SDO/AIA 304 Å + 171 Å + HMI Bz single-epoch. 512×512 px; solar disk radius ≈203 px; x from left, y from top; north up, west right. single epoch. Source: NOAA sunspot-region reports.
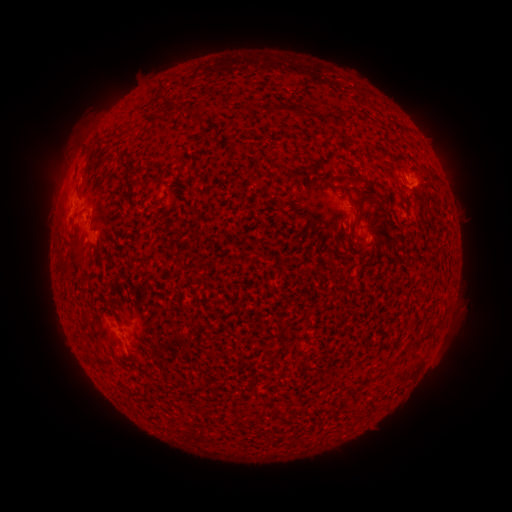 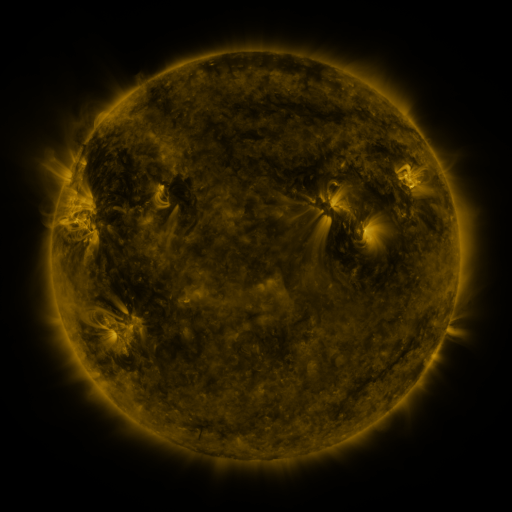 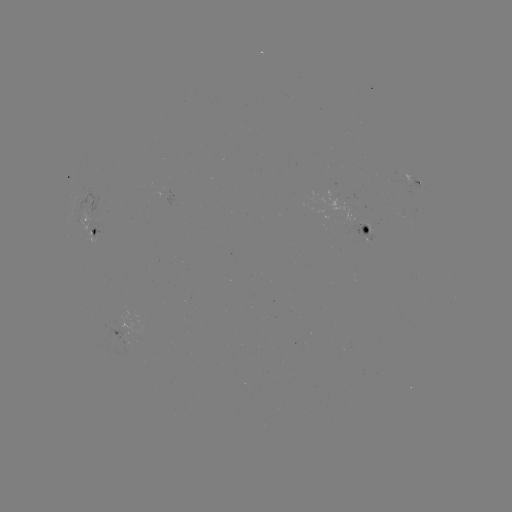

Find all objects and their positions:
spotted active region: (412, 180)
spotted active region: (86, 228)
spotted active region: (364, 228)
spotted active region: (116, 332)
